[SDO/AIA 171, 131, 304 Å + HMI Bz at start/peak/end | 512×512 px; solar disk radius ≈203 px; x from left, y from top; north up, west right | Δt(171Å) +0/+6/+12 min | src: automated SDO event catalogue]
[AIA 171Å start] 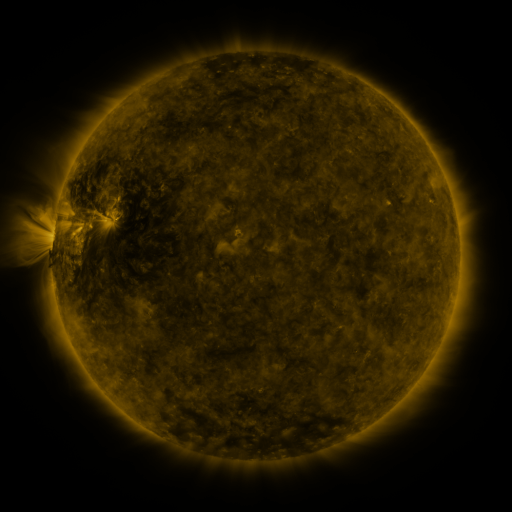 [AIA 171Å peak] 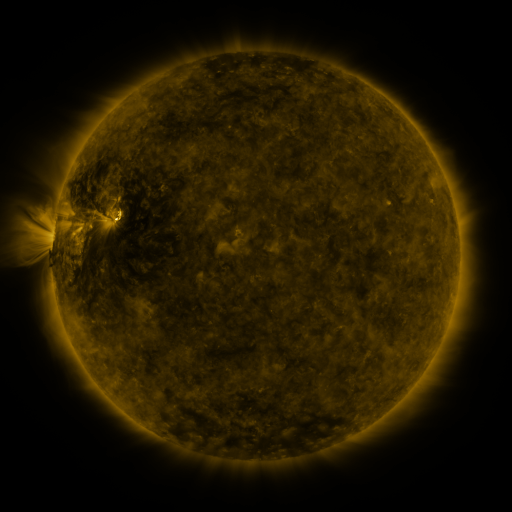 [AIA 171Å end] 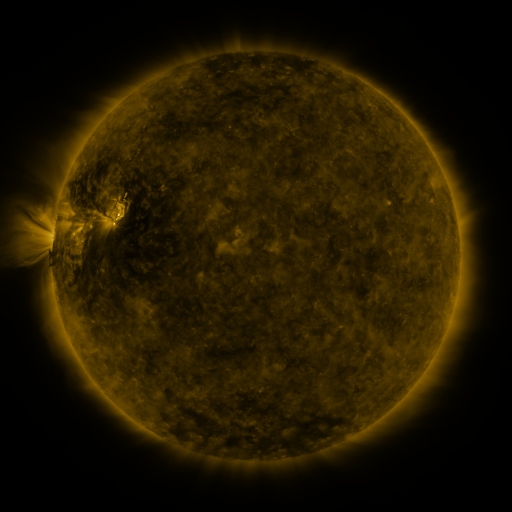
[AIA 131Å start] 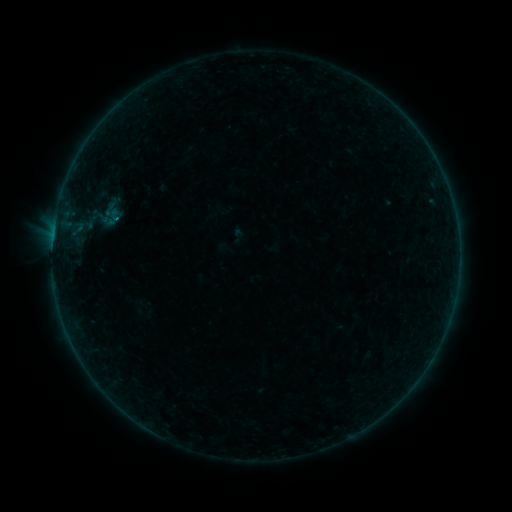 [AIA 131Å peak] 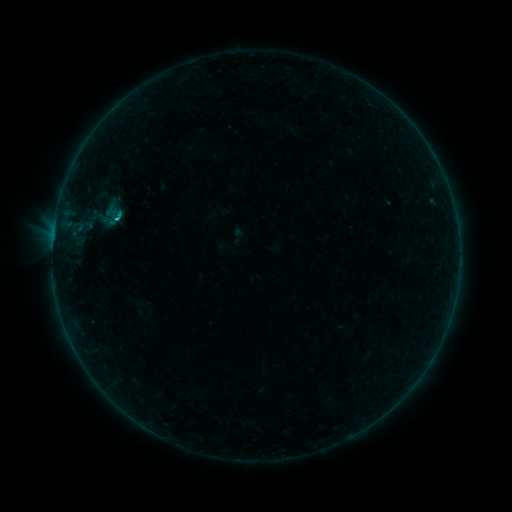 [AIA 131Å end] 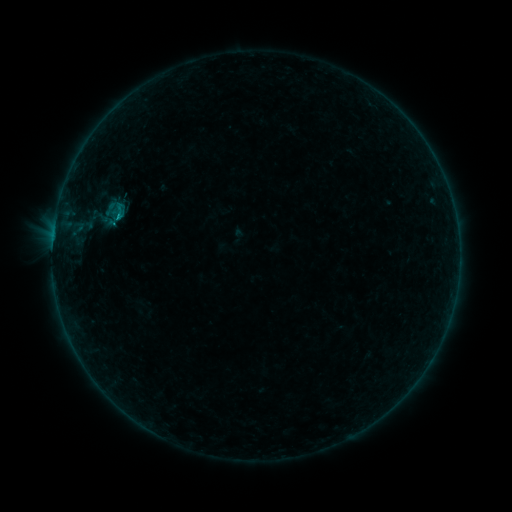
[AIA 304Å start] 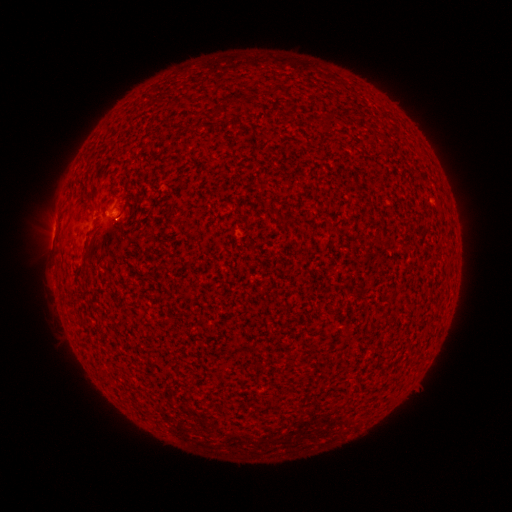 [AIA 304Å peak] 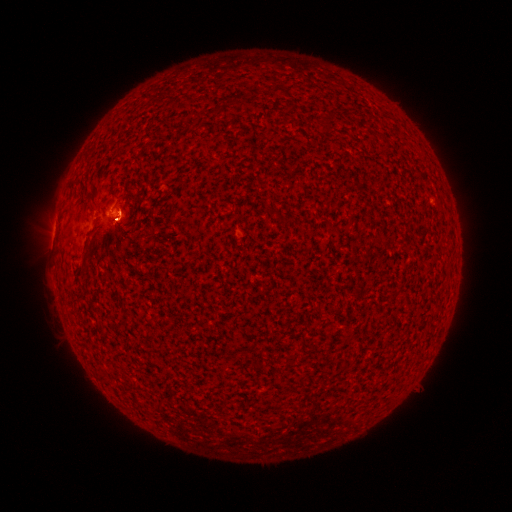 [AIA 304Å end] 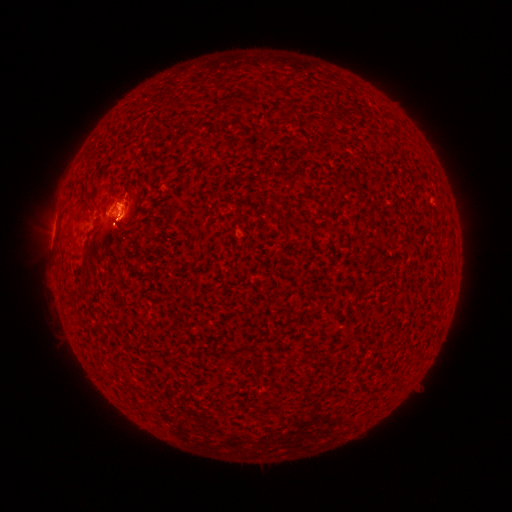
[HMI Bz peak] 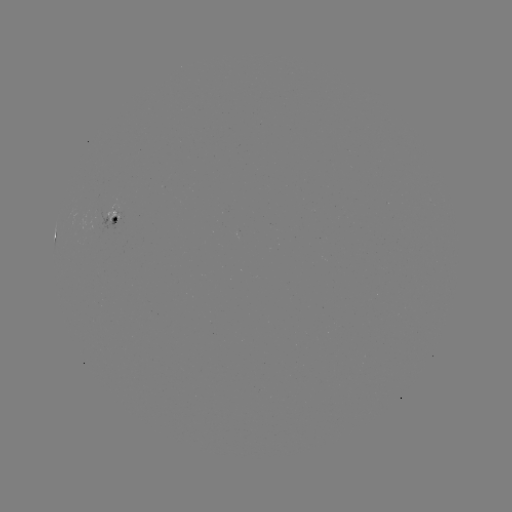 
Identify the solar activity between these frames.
eruption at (122, 210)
